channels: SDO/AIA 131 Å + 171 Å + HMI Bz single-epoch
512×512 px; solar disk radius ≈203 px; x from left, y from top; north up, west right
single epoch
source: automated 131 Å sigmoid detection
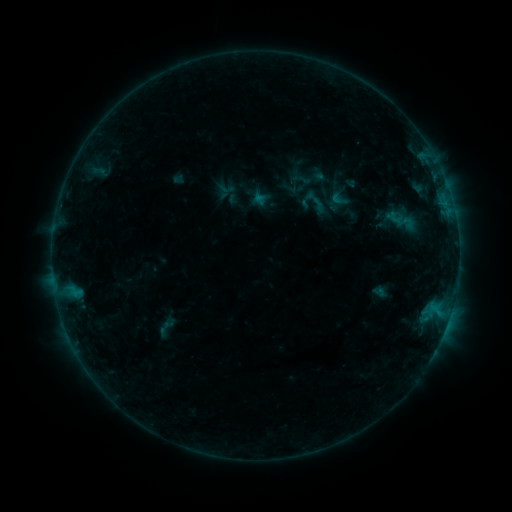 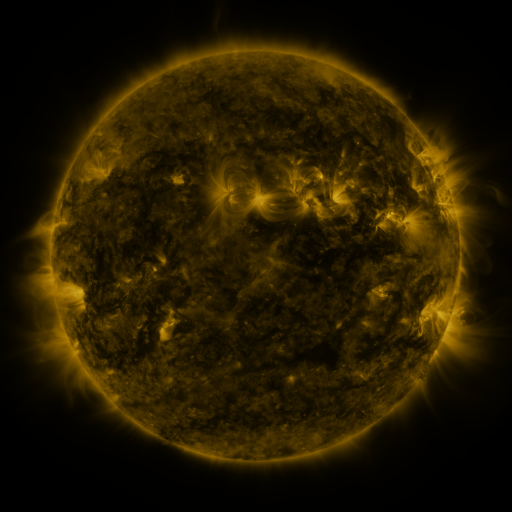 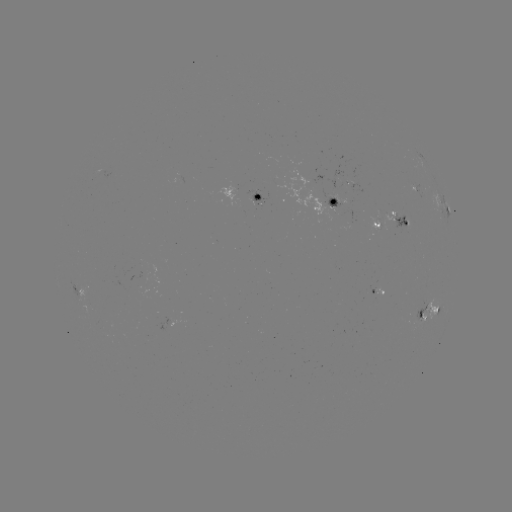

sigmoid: (329, 190, 348, 209)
